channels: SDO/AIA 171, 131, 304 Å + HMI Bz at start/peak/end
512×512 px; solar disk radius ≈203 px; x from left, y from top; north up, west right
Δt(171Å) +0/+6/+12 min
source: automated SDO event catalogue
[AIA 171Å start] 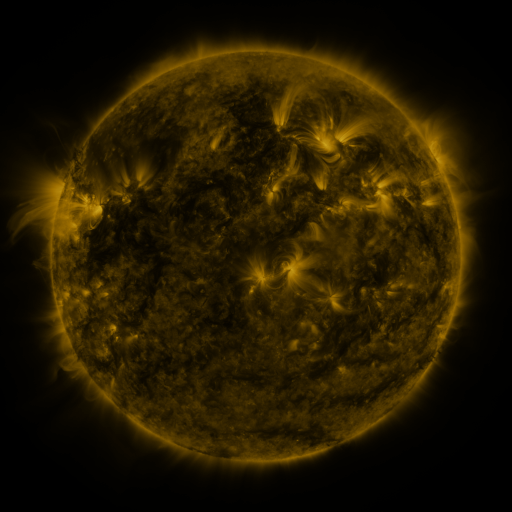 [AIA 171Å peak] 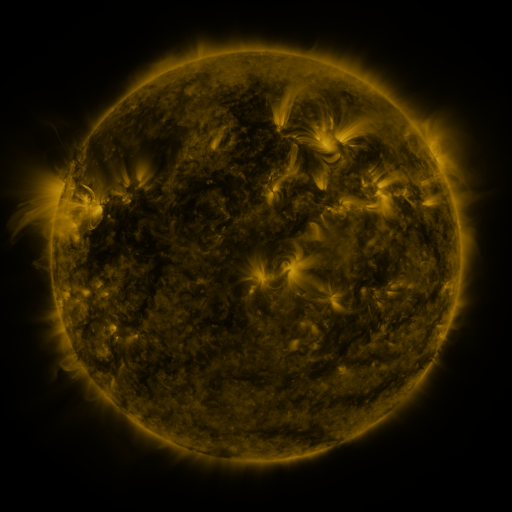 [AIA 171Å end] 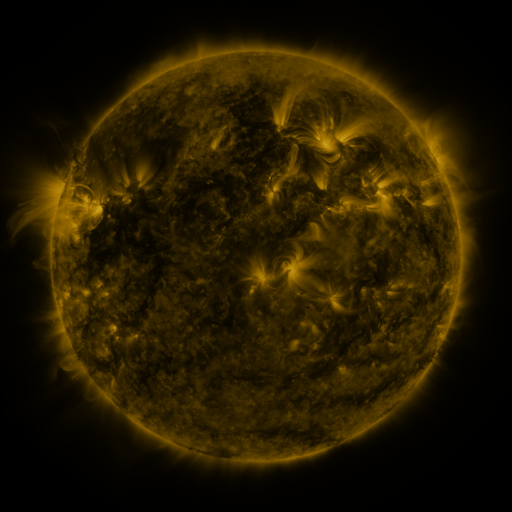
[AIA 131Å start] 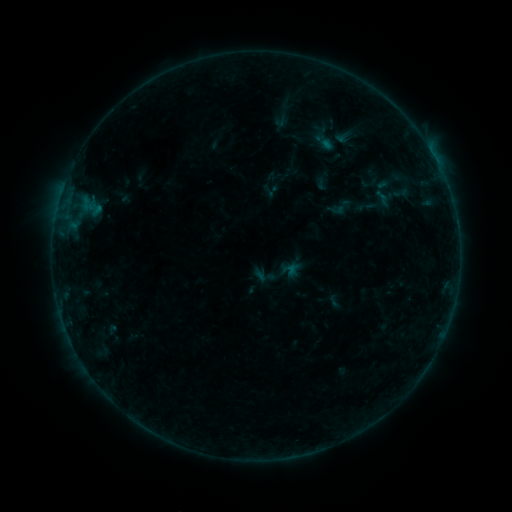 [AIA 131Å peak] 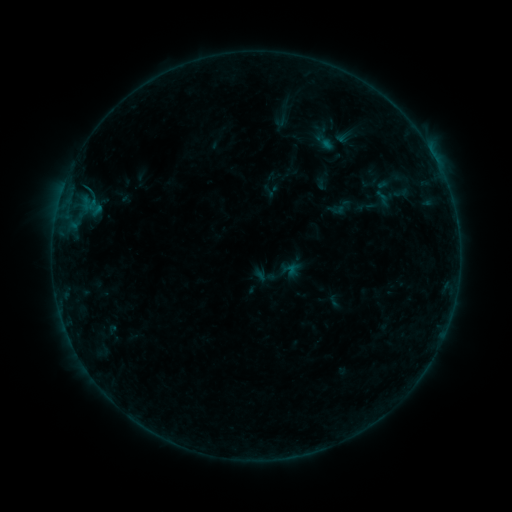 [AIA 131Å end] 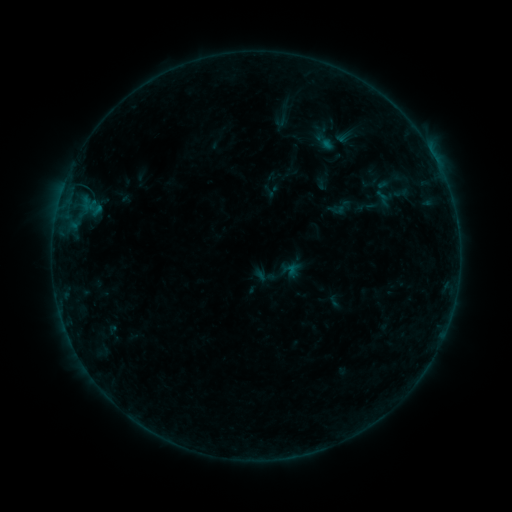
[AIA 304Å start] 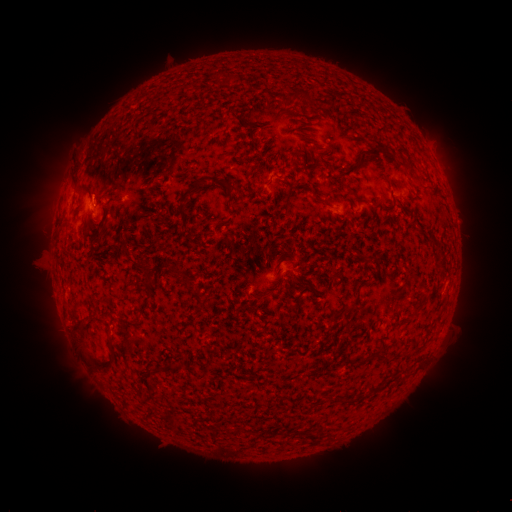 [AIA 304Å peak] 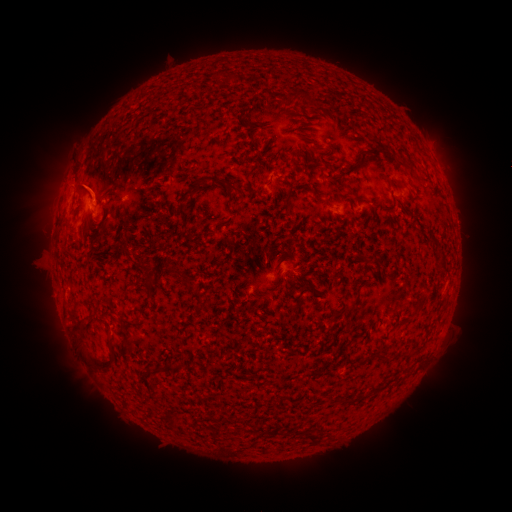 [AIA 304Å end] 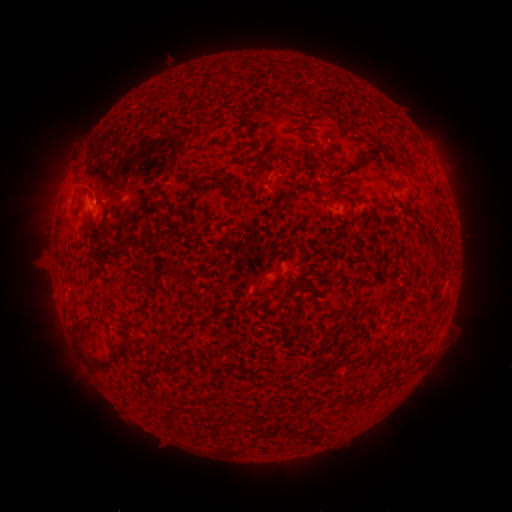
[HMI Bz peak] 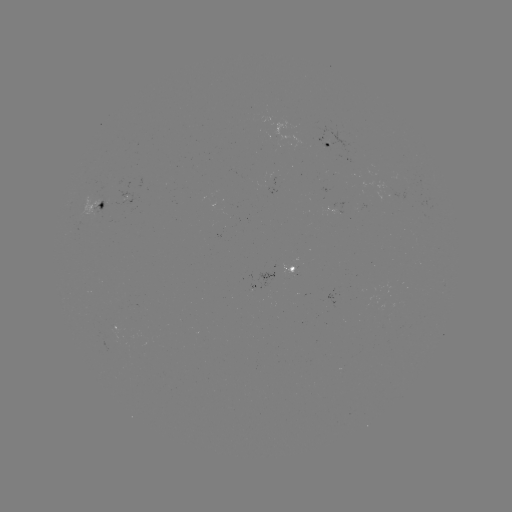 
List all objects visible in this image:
B1.6 flare: (94, 205)
